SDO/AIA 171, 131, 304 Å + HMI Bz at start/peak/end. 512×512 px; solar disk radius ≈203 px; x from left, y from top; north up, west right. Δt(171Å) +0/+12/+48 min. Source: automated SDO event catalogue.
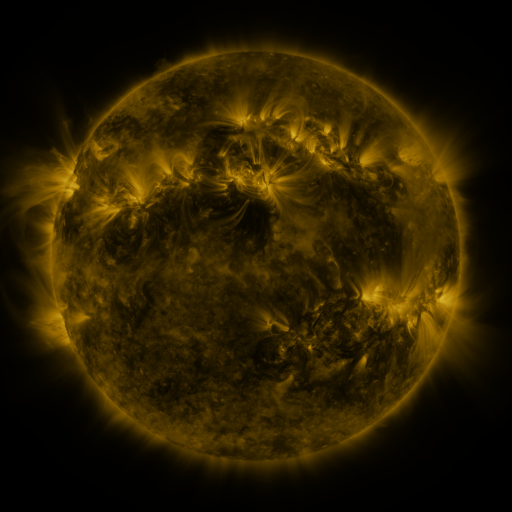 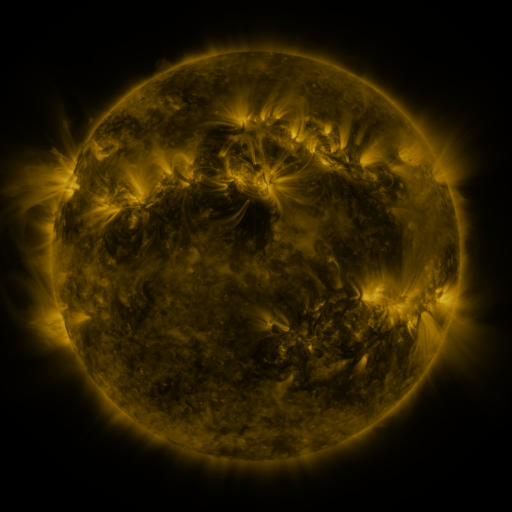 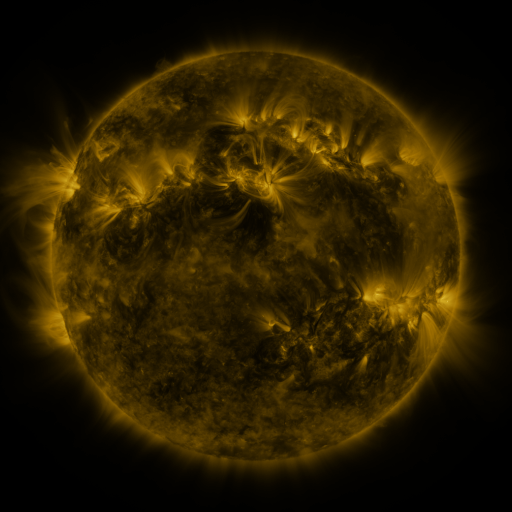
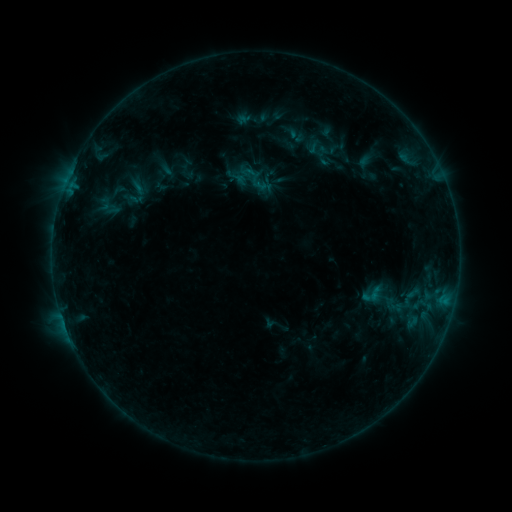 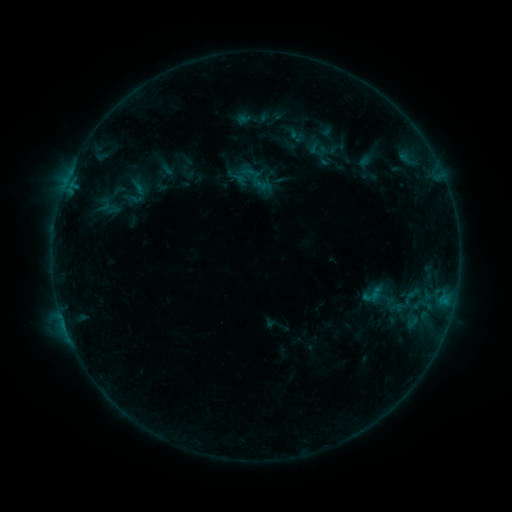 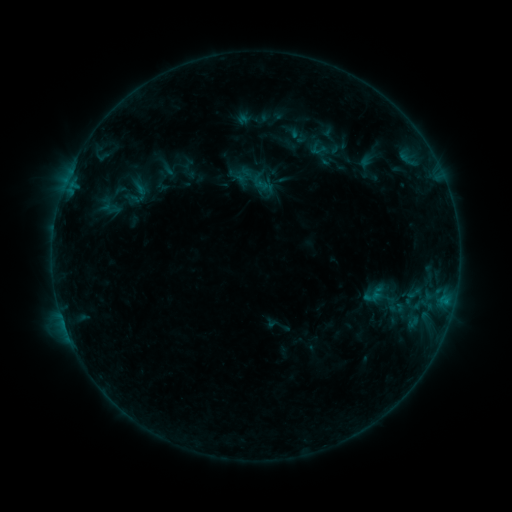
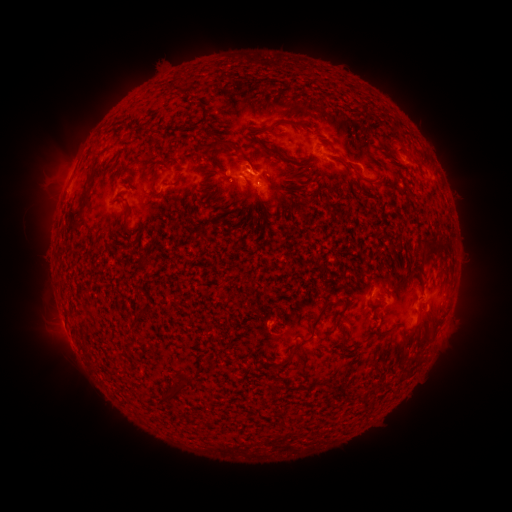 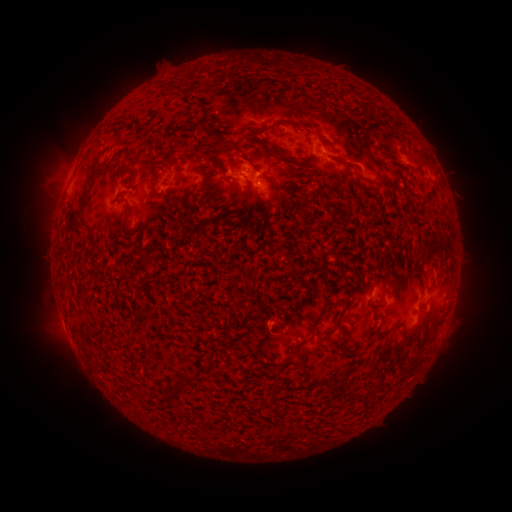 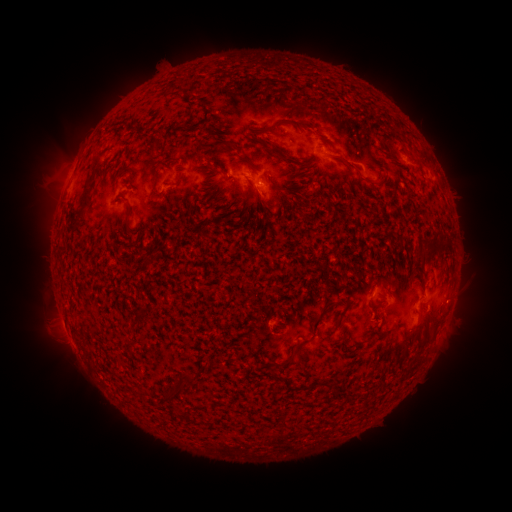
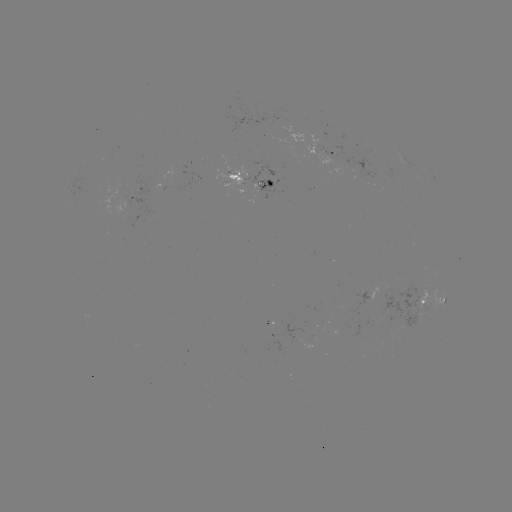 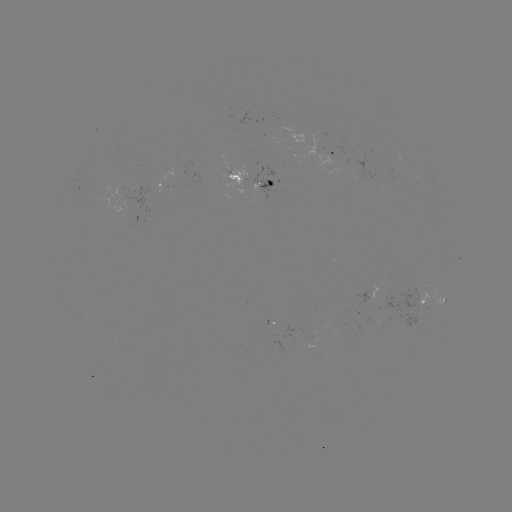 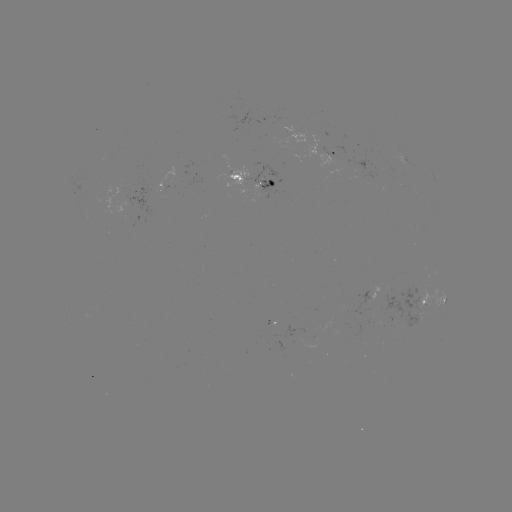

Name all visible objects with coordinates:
emerging-flux region: (380, 295)
